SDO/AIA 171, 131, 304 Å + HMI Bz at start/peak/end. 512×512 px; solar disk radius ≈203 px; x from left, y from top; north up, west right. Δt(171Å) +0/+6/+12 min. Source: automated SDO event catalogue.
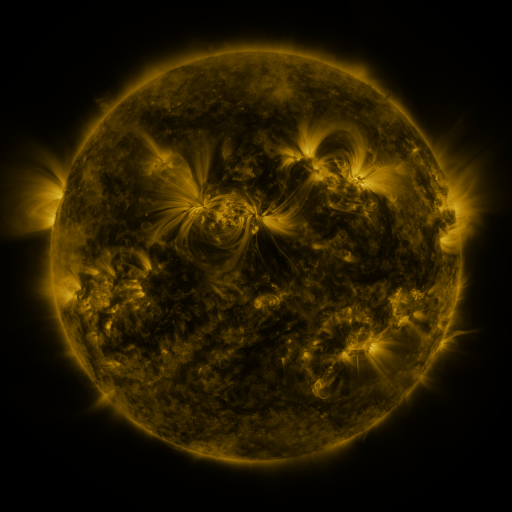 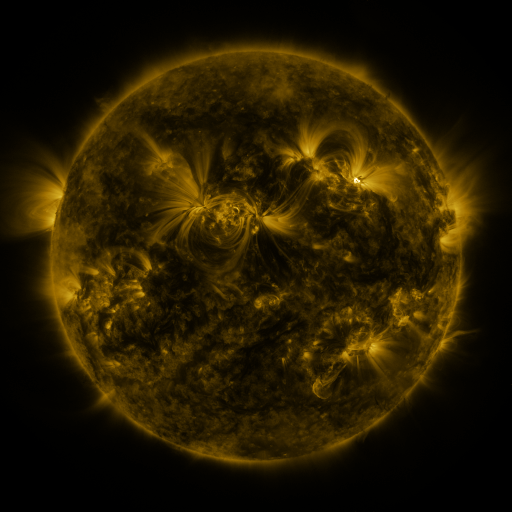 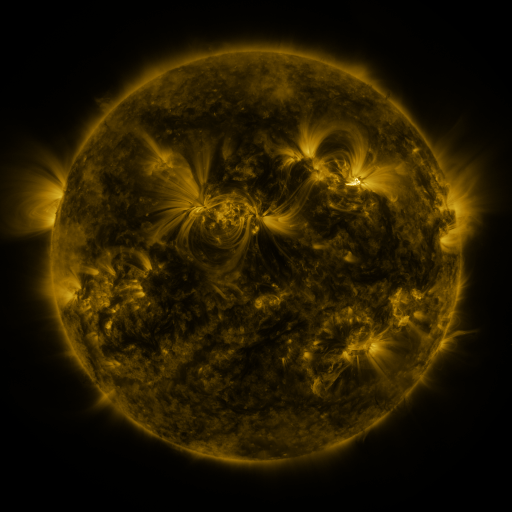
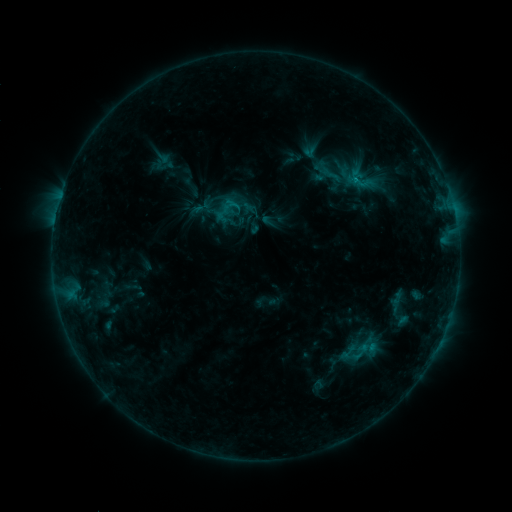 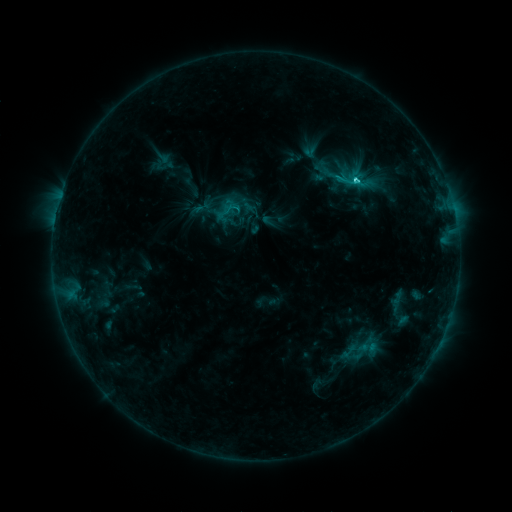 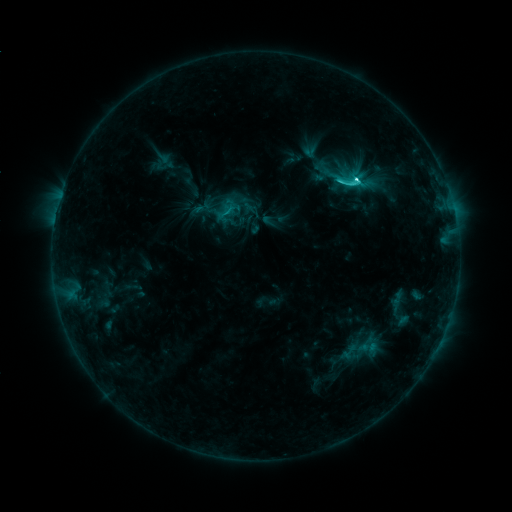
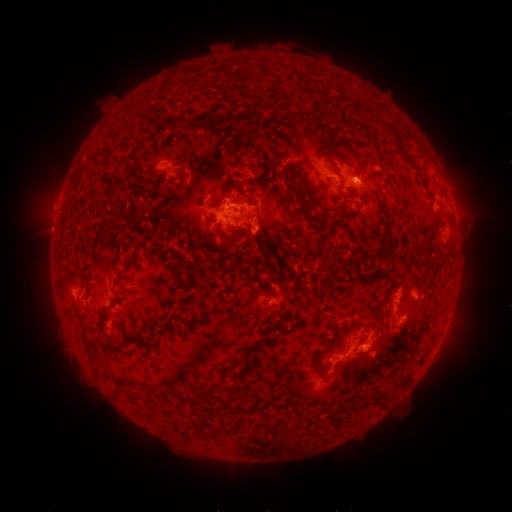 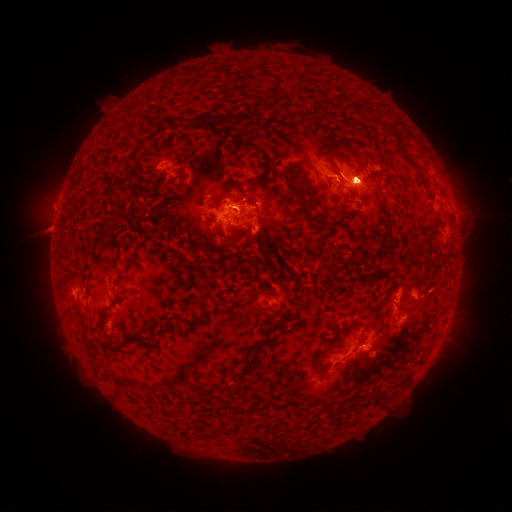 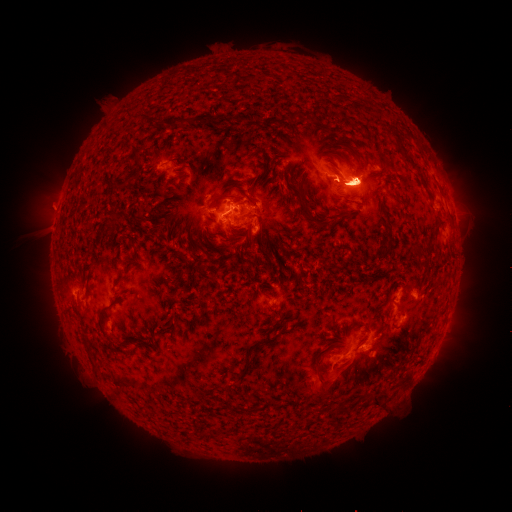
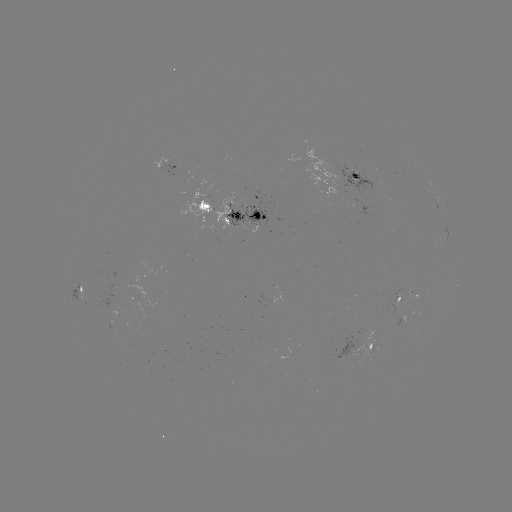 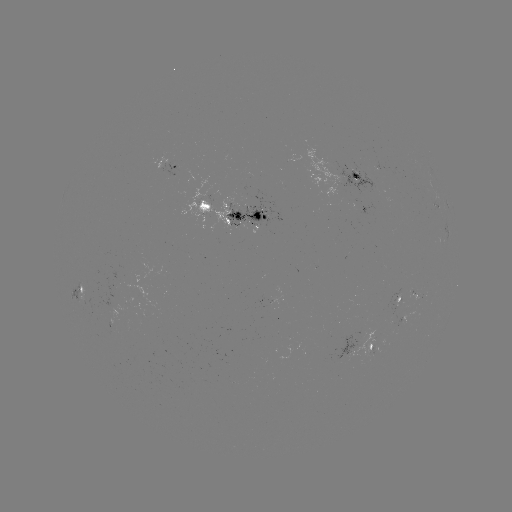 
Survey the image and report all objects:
eruption: (45, 200)
